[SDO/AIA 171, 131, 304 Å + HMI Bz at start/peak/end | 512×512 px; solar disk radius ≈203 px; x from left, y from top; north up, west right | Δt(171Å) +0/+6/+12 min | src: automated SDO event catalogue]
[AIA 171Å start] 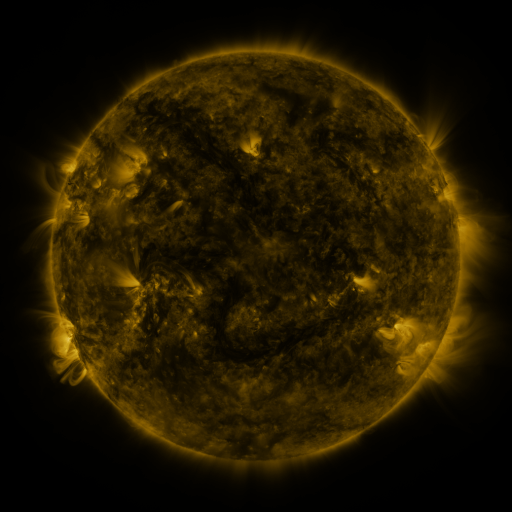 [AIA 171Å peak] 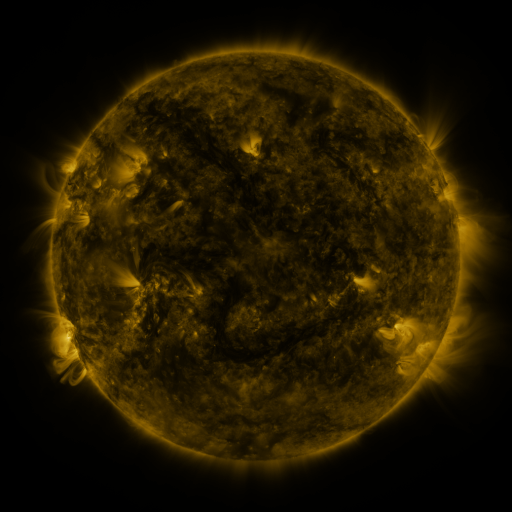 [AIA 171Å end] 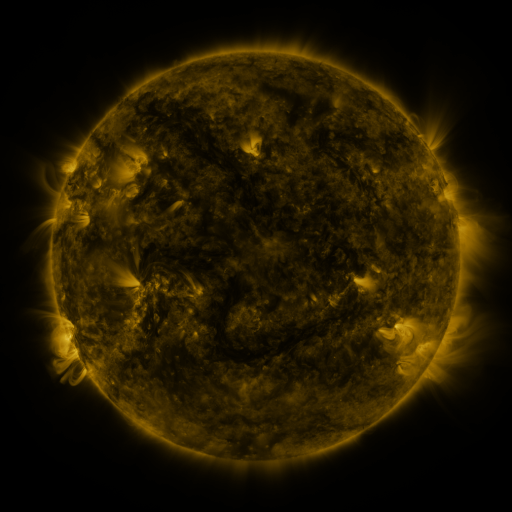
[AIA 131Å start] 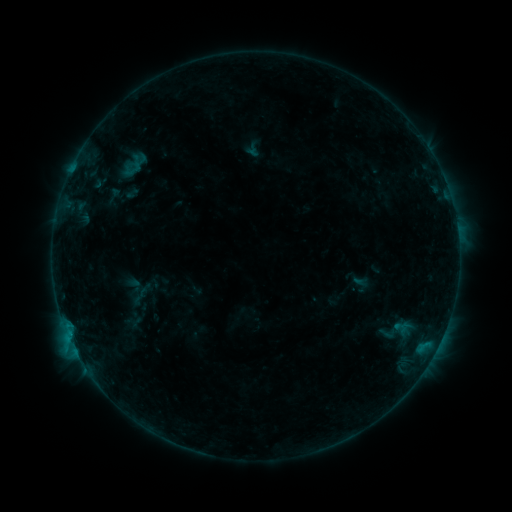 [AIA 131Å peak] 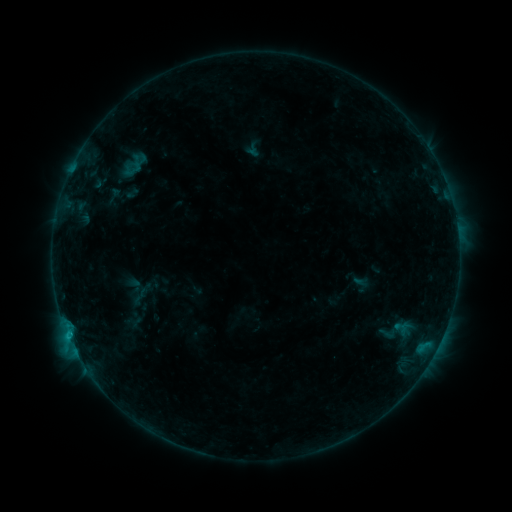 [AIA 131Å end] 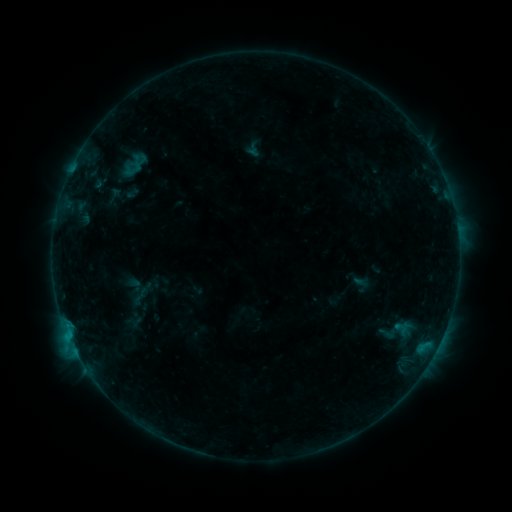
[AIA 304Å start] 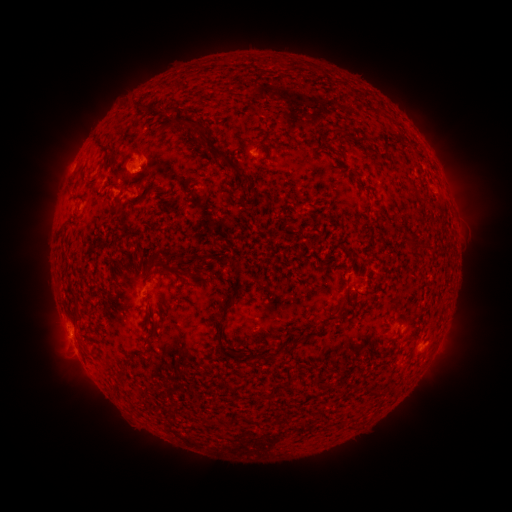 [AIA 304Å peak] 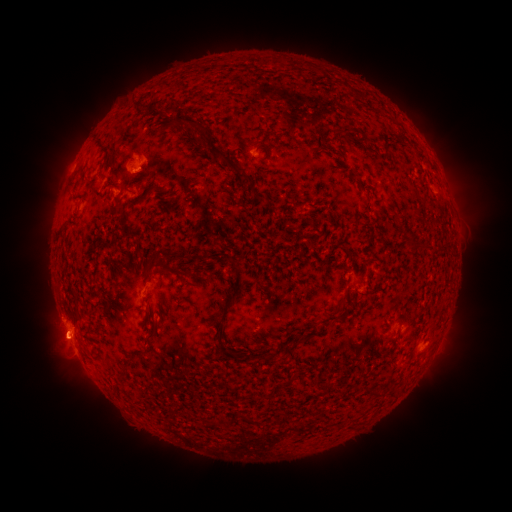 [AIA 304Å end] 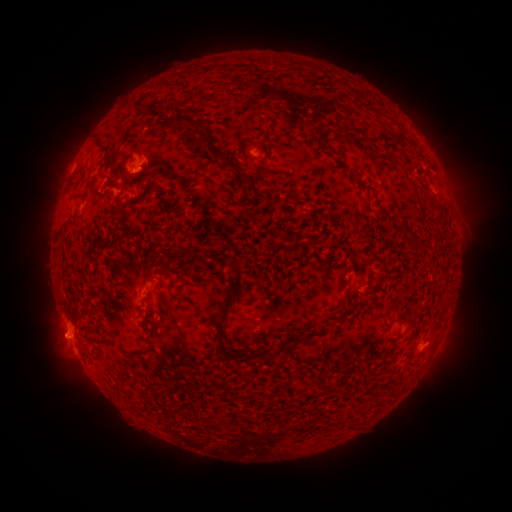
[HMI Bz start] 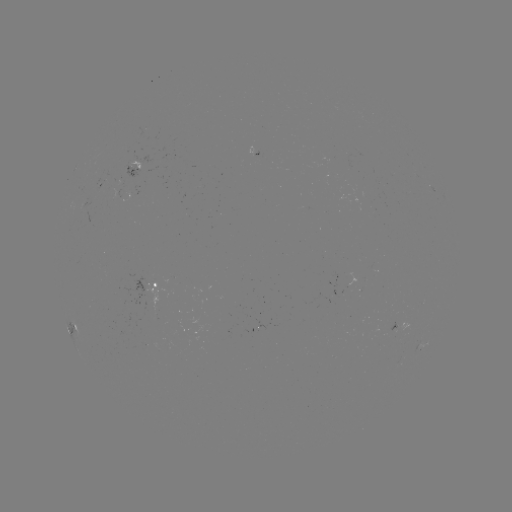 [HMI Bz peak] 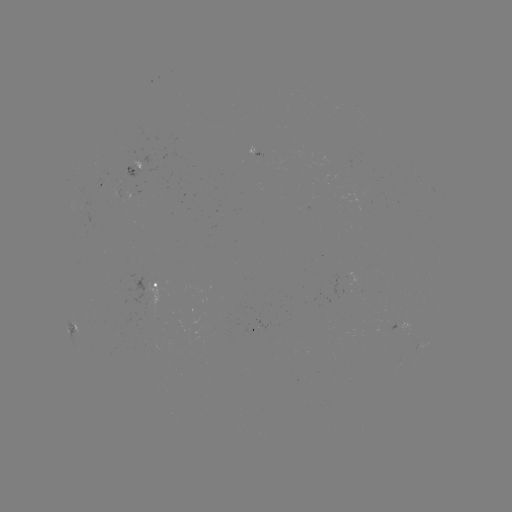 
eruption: (29, 294, 84, 370)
